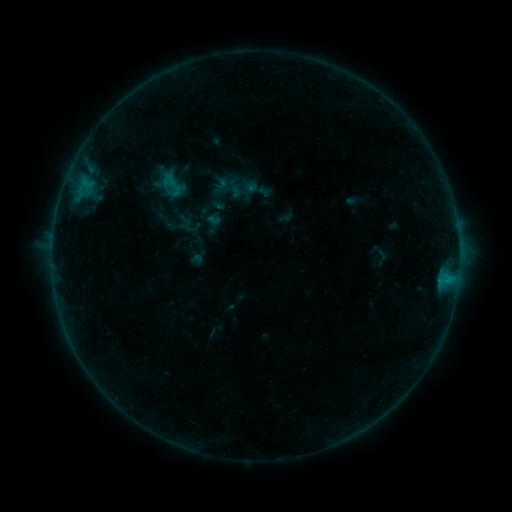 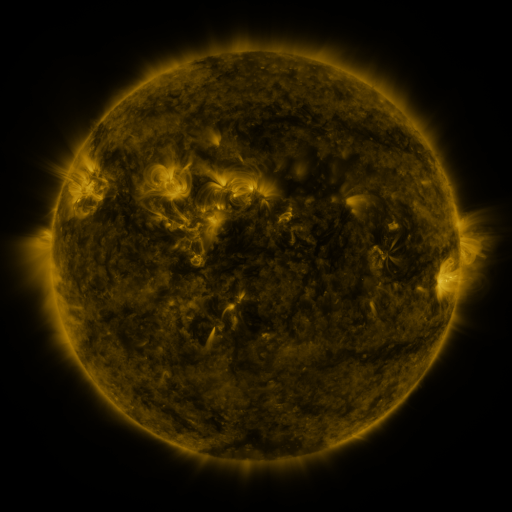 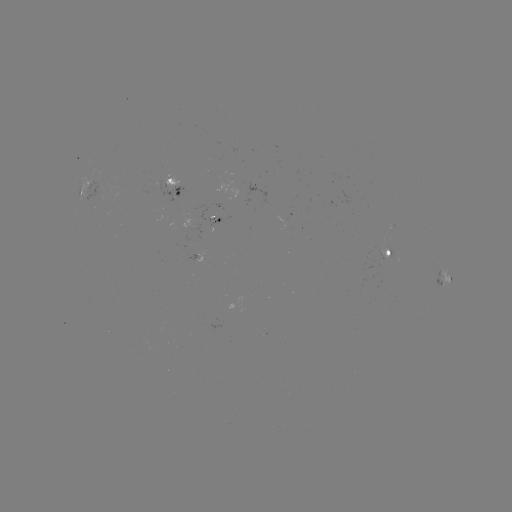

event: sigmoid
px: (193, 219)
